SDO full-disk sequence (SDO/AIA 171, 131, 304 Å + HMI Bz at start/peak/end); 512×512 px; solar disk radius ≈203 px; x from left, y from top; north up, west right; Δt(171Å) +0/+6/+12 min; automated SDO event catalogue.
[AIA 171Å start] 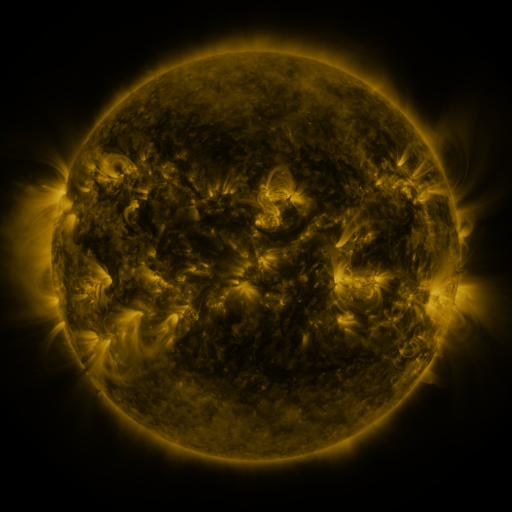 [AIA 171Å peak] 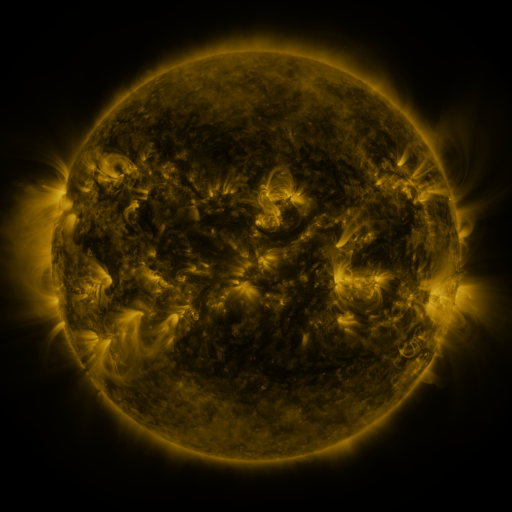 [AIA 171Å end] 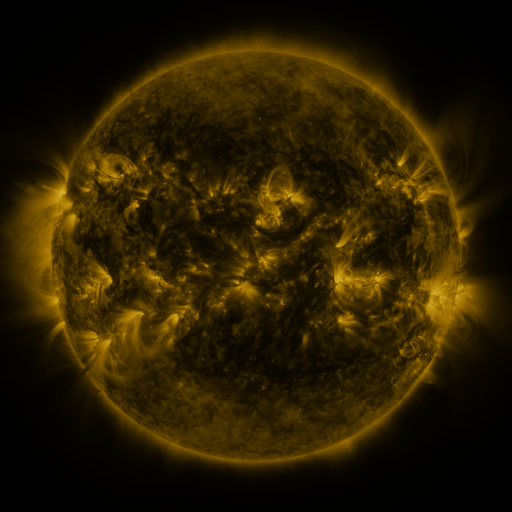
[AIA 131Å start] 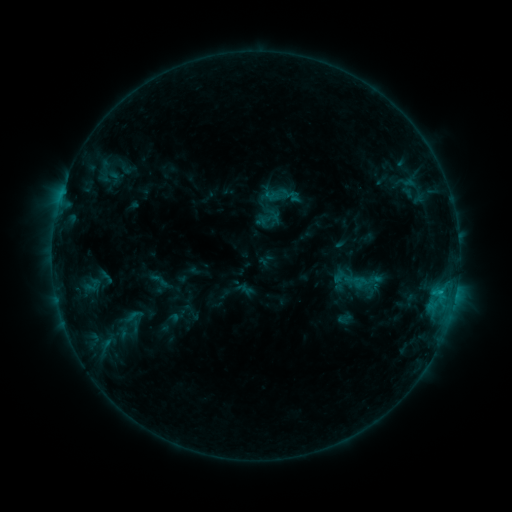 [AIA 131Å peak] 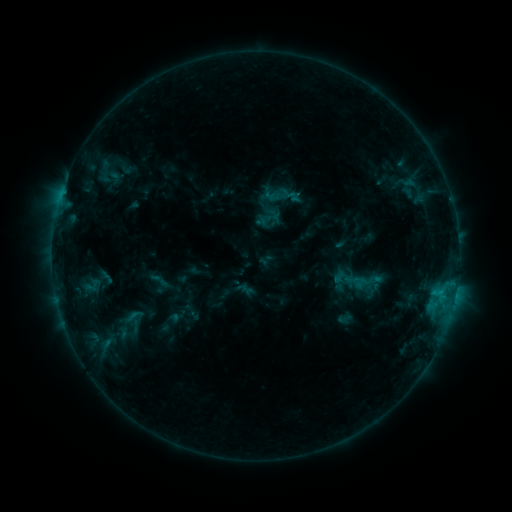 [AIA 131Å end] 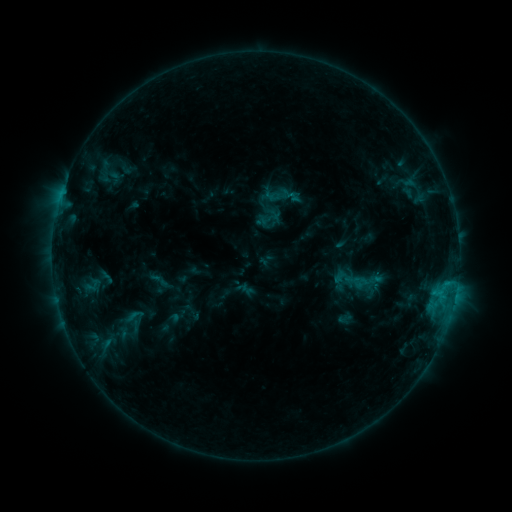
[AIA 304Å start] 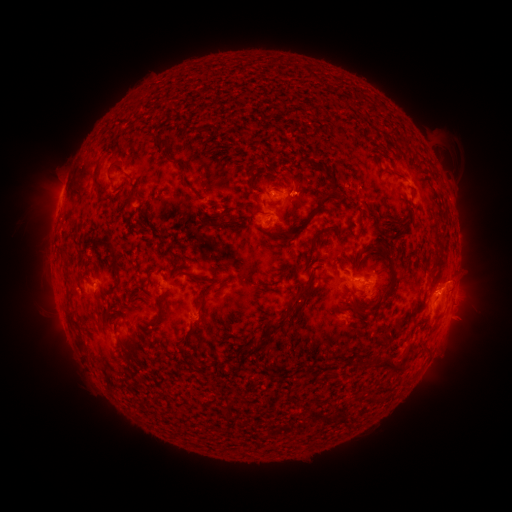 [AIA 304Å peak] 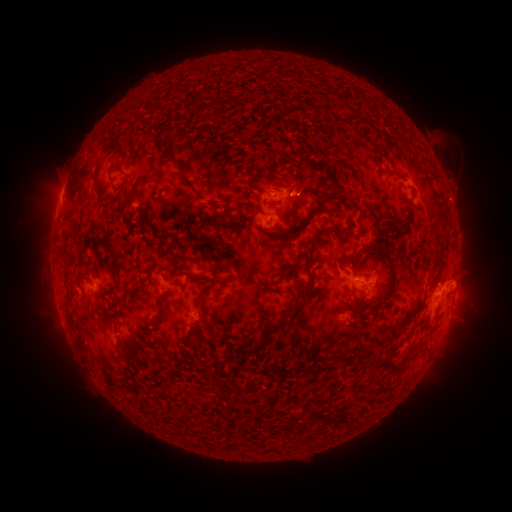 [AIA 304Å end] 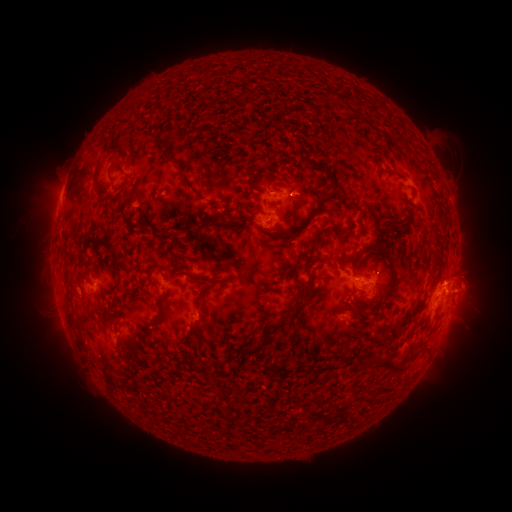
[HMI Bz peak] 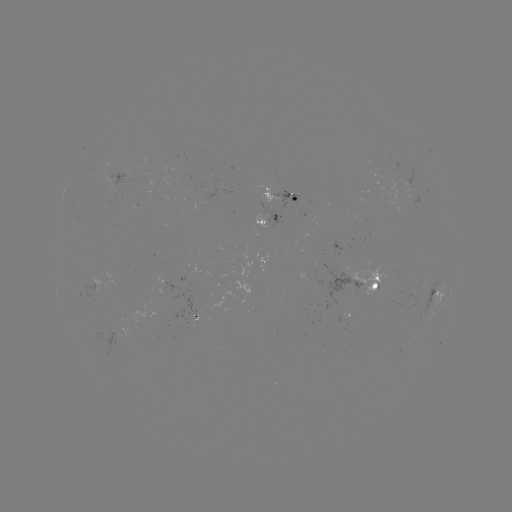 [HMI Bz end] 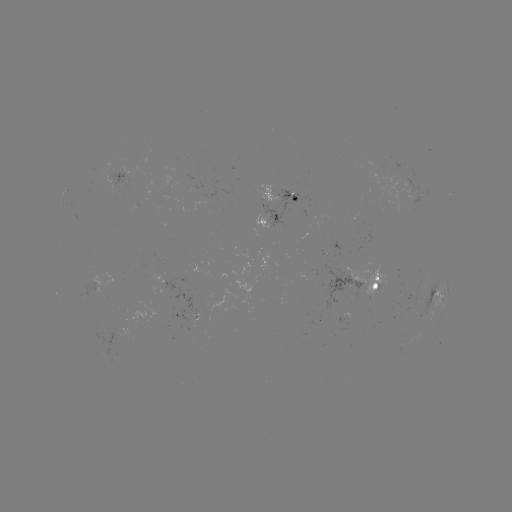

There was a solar eruption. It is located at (465, 283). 